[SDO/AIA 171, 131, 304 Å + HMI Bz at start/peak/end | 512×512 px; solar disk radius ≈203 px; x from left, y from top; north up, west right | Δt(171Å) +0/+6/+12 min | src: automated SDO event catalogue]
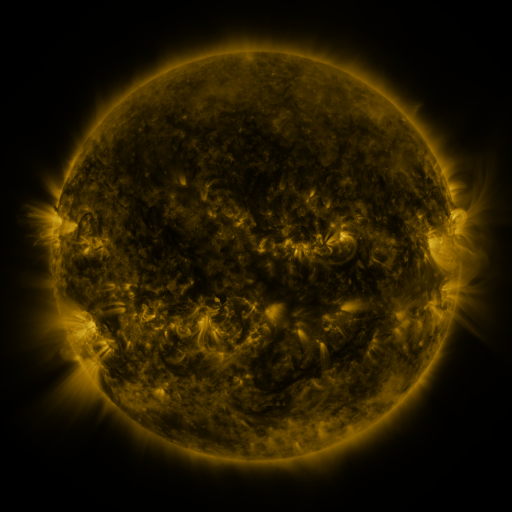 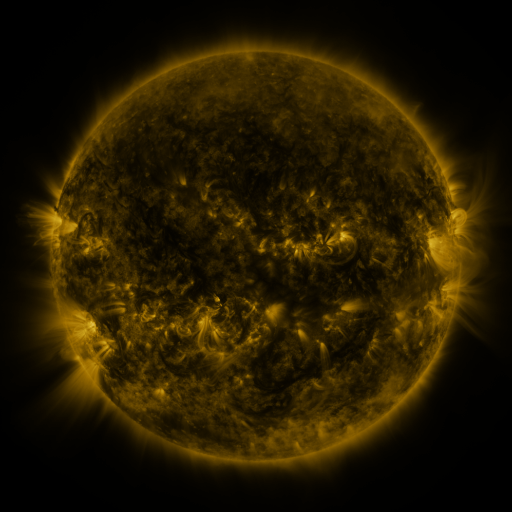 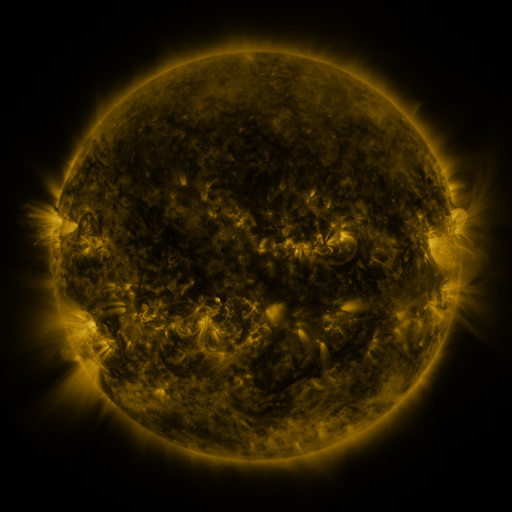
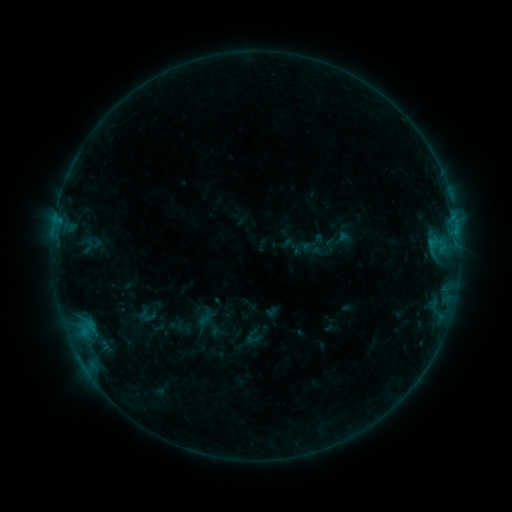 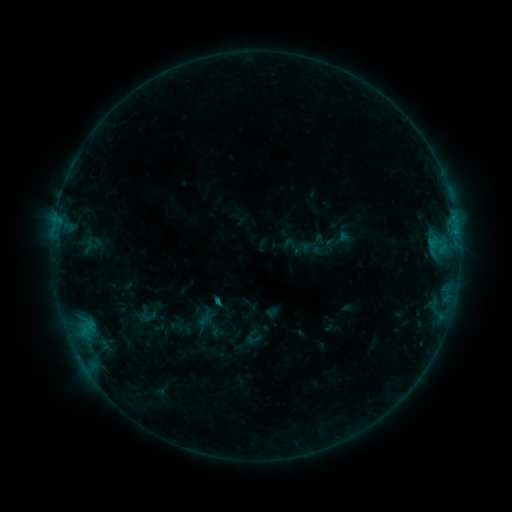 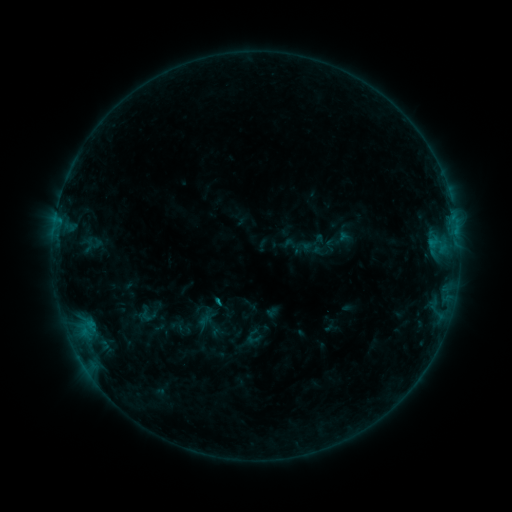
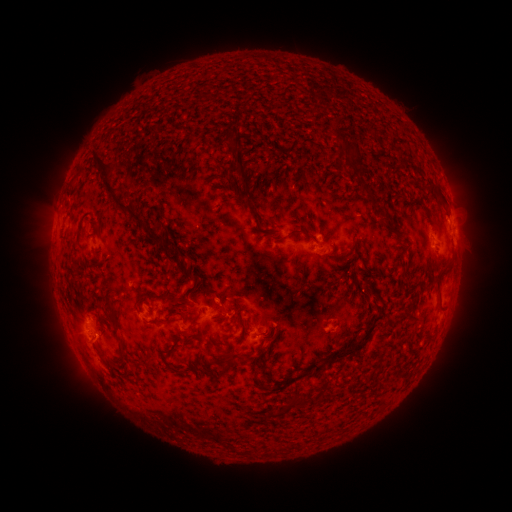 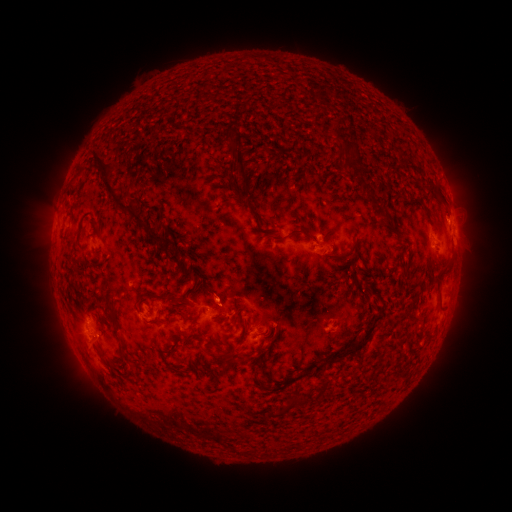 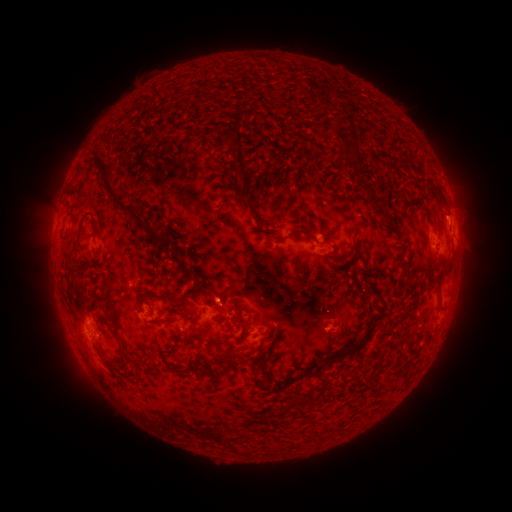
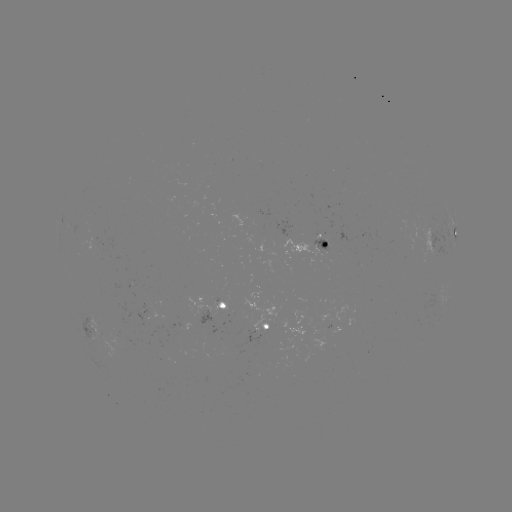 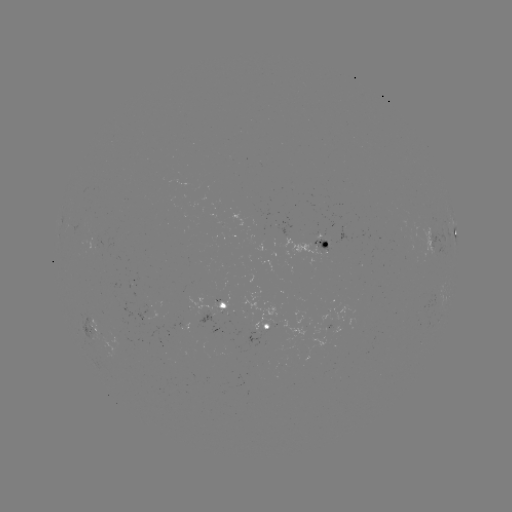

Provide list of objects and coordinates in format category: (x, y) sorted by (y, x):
B6.4 flare: (220, 301)
